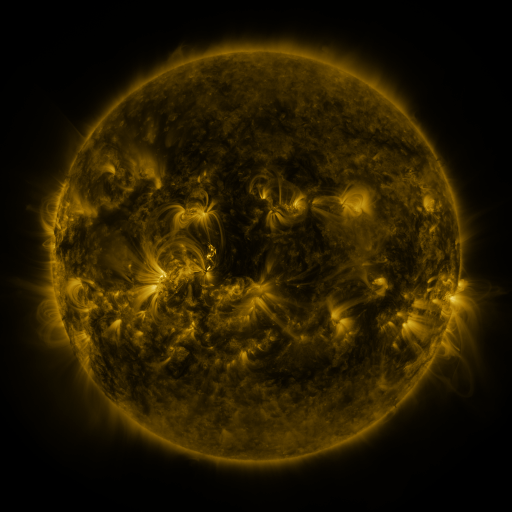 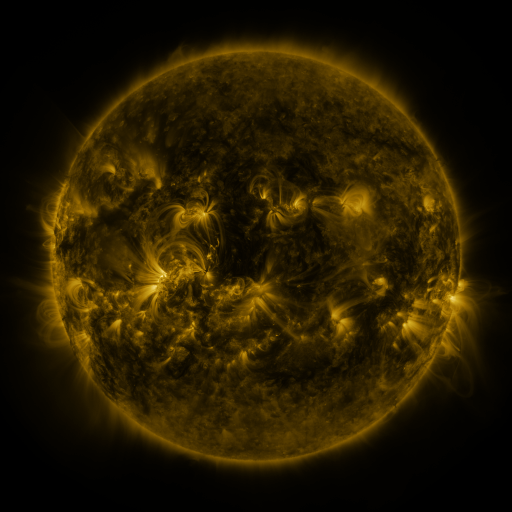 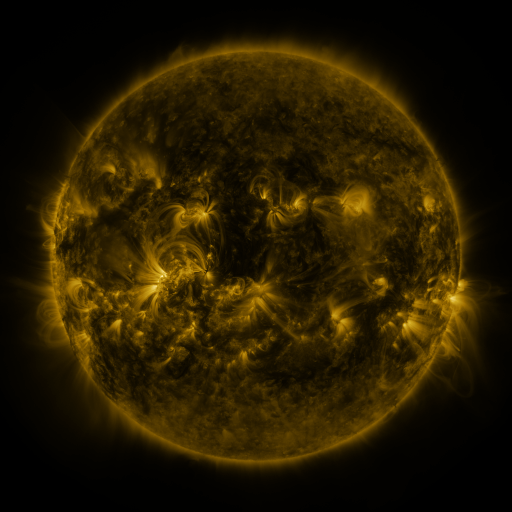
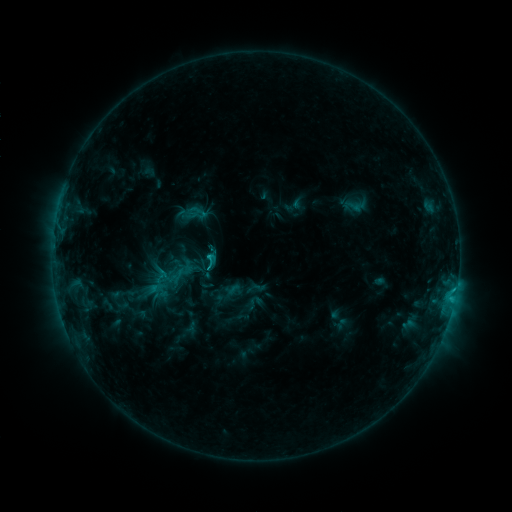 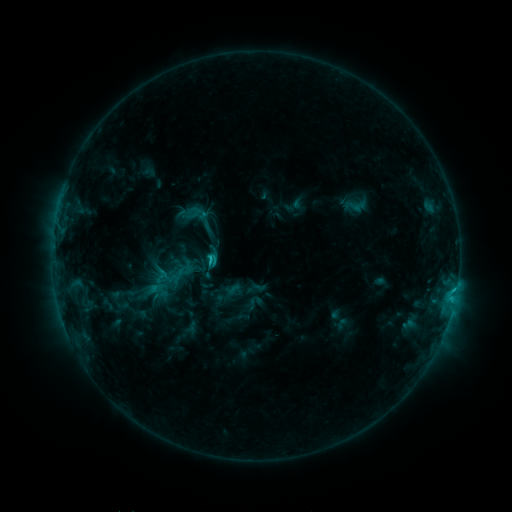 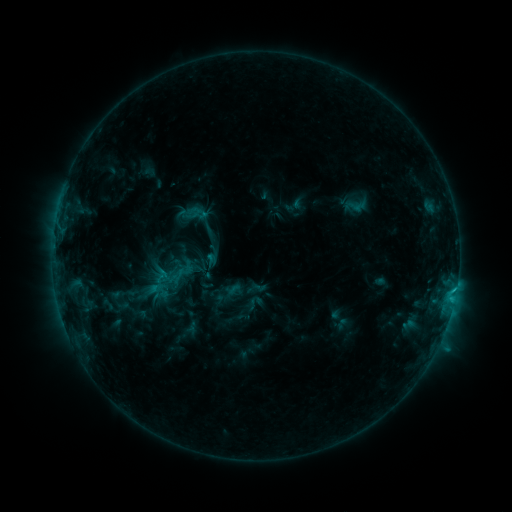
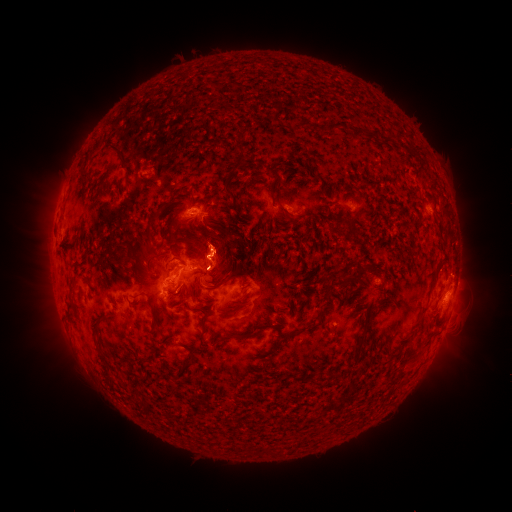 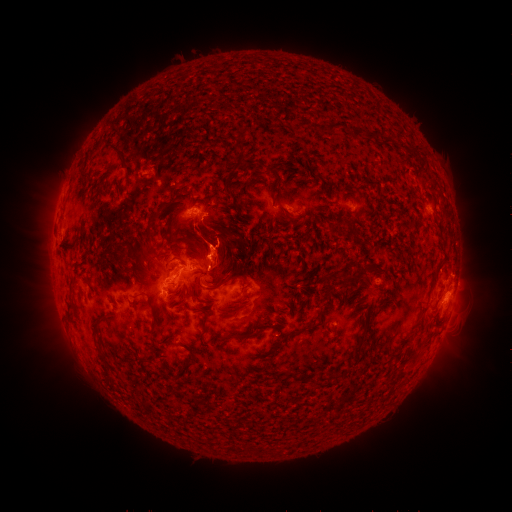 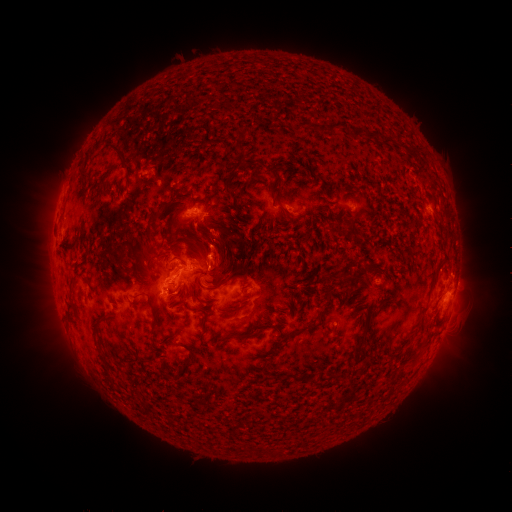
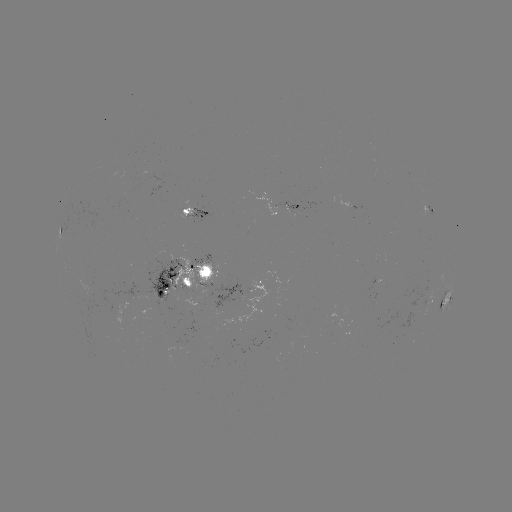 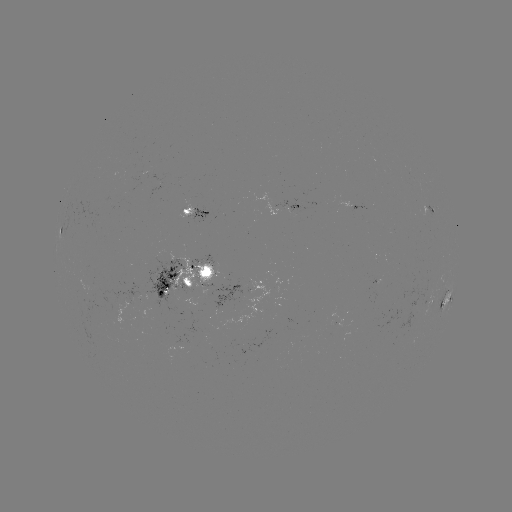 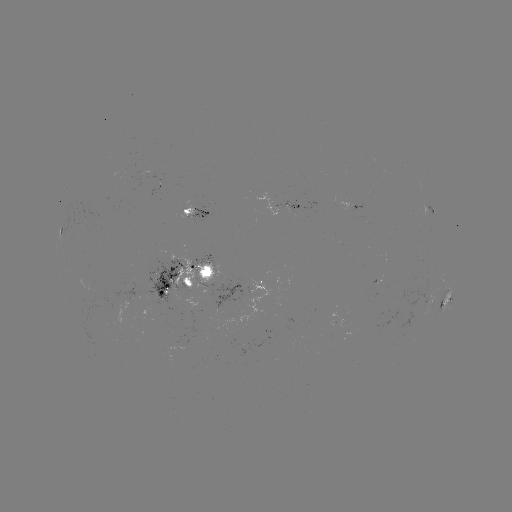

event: eruption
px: (217, 197)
